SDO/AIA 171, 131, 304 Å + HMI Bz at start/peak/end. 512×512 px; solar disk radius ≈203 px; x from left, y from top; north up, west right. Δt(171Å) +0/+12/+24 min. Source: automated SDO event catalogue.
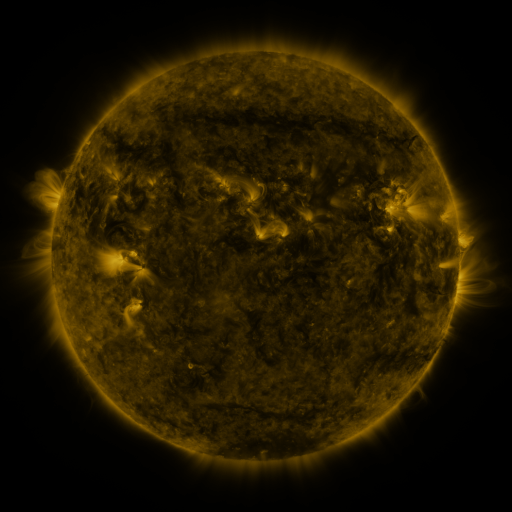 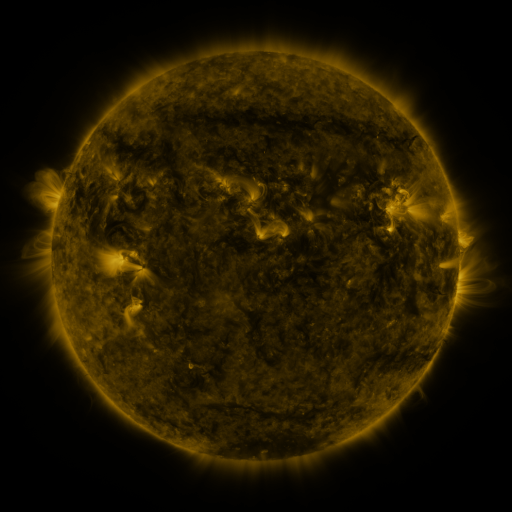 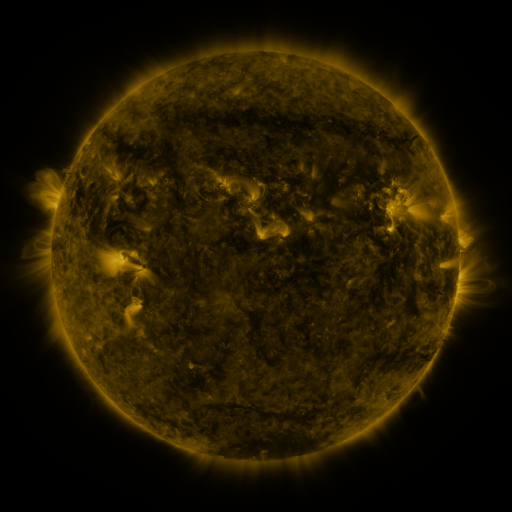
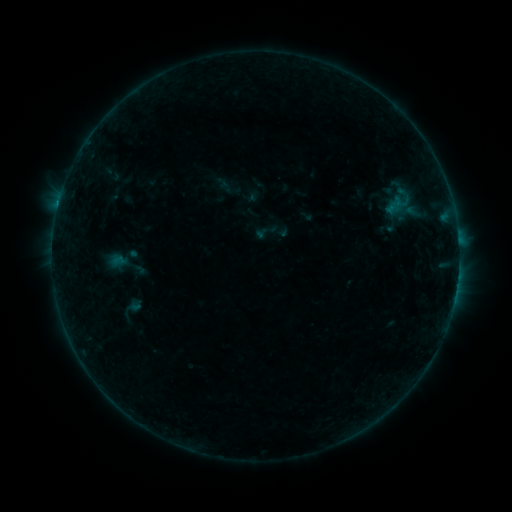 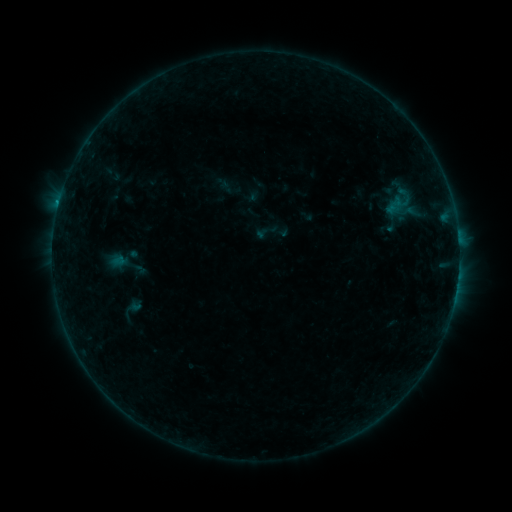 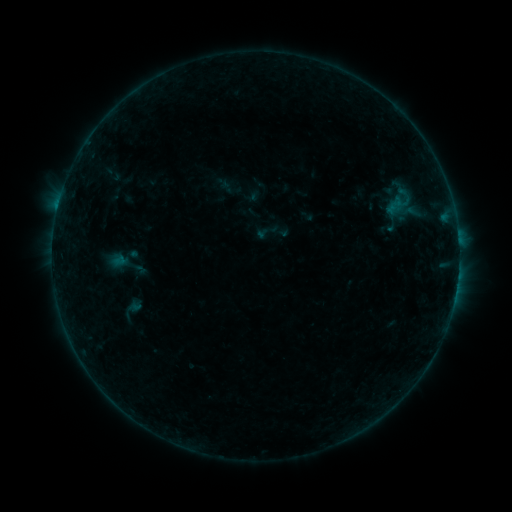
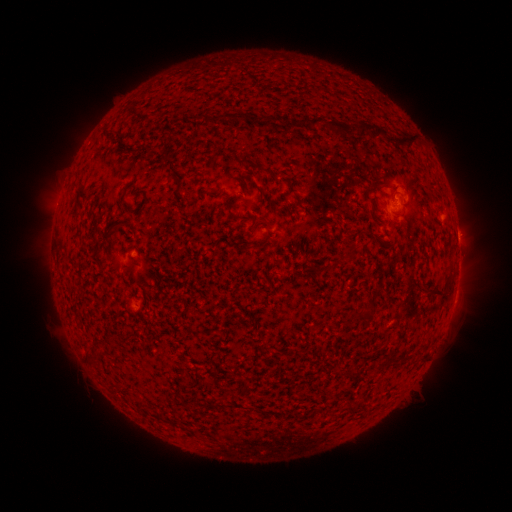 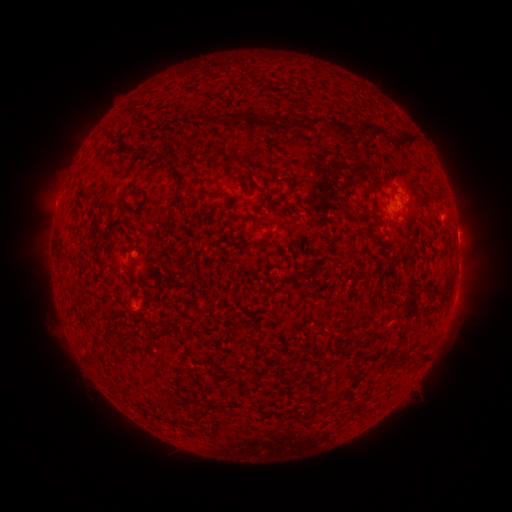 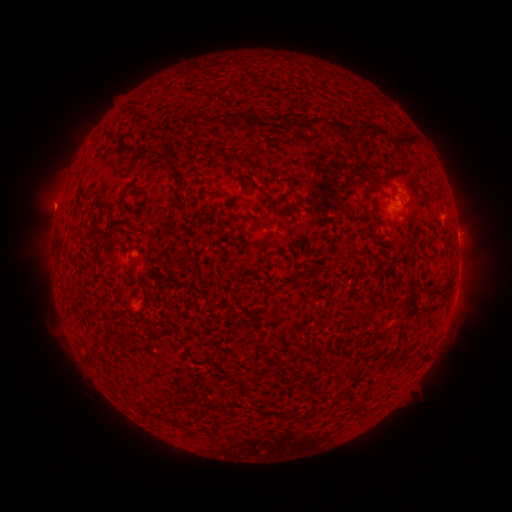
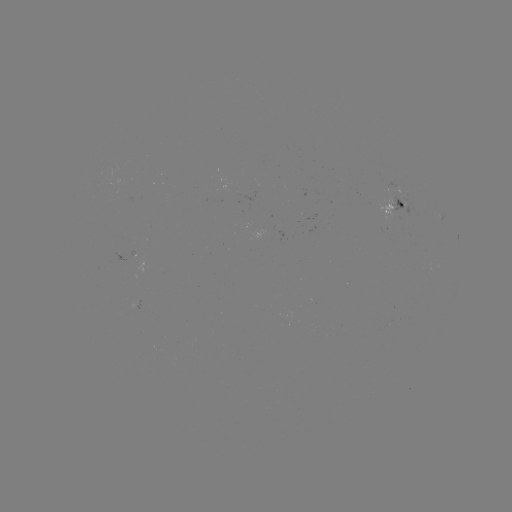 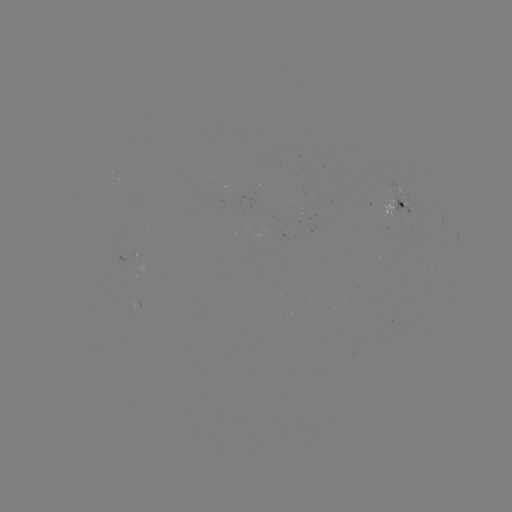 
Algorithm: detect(B3.9 flare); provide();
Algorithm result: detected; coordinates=[59, 203]